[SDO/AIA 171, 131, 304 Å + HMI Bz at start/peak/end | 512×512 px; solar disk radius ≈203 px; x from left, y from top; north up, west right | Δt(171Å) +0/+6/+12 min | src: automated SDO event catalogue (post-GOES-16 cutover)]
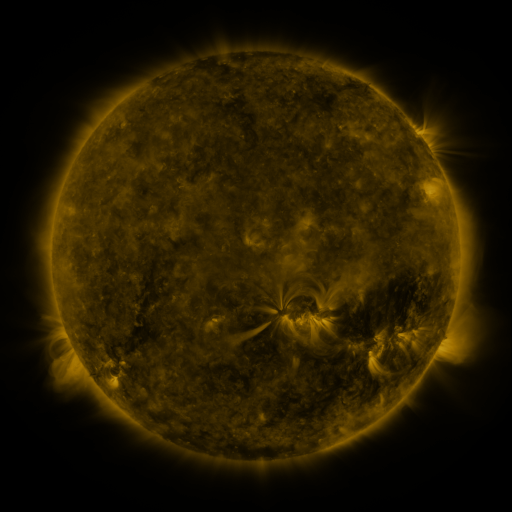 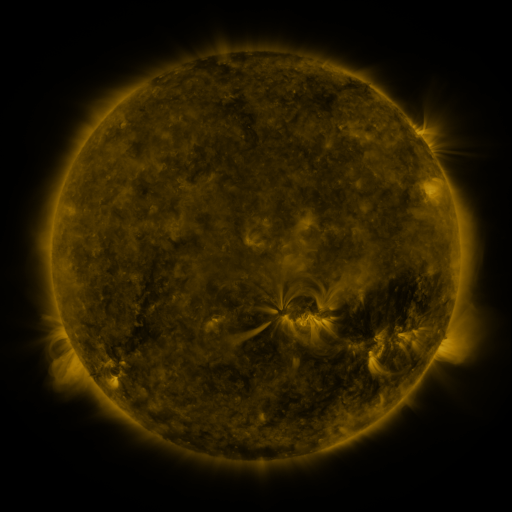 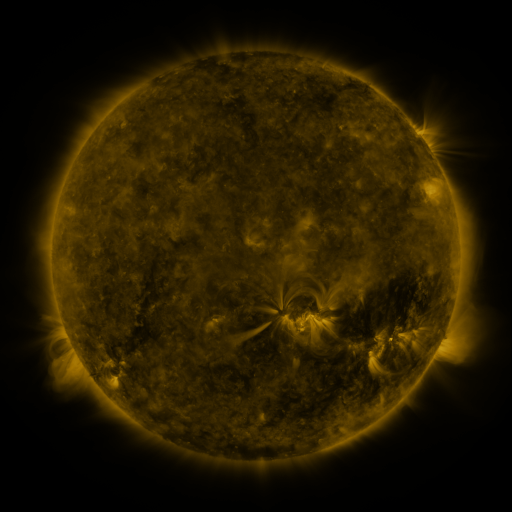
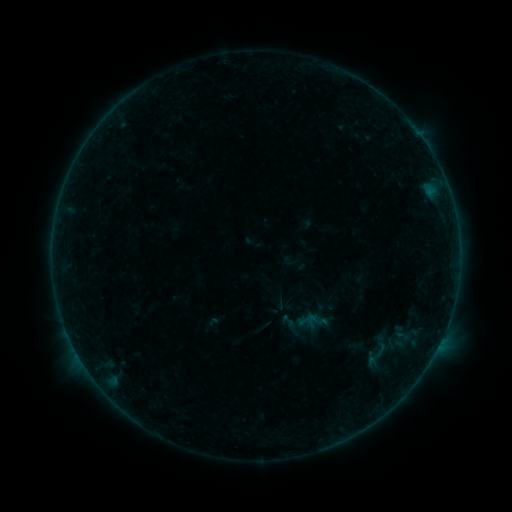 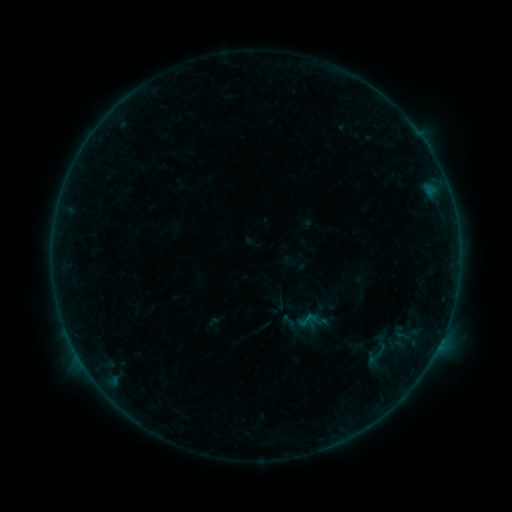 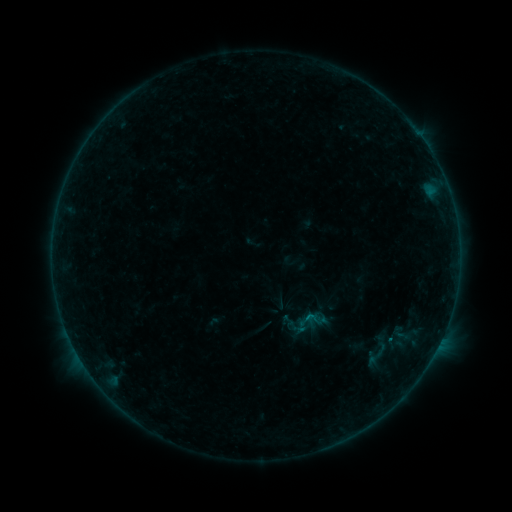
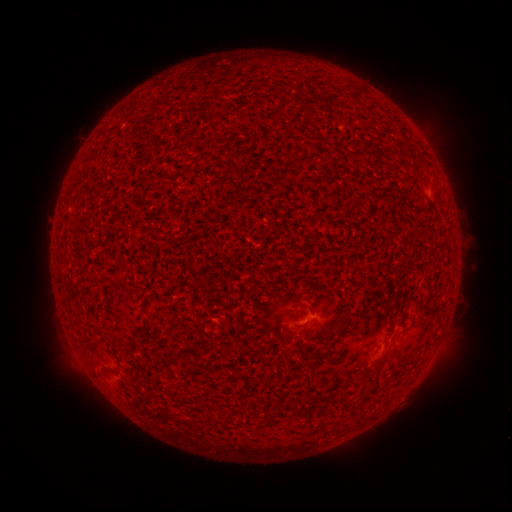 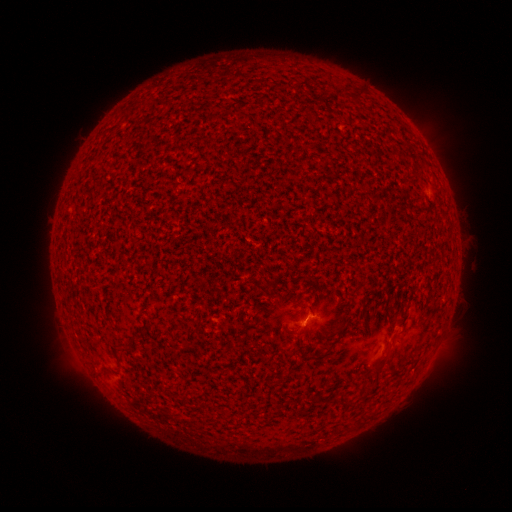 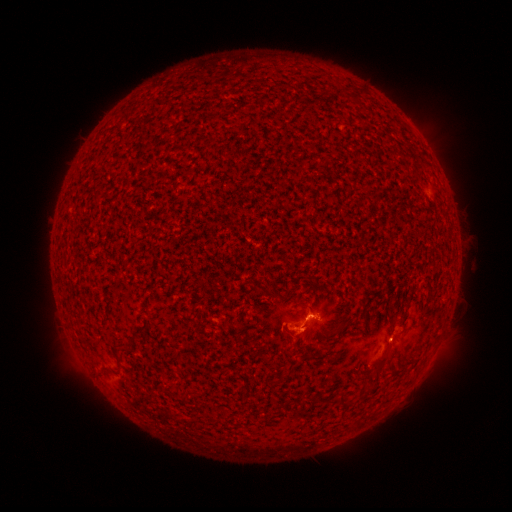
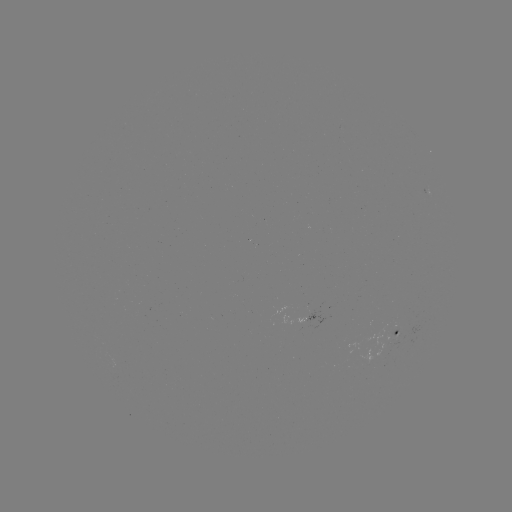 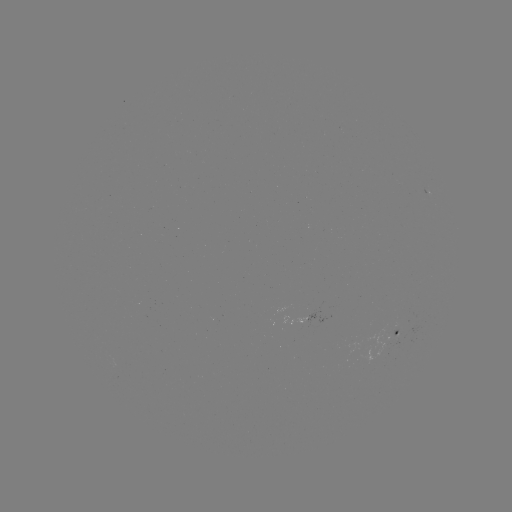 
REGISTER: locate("B3.1 flare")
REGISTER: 306,314